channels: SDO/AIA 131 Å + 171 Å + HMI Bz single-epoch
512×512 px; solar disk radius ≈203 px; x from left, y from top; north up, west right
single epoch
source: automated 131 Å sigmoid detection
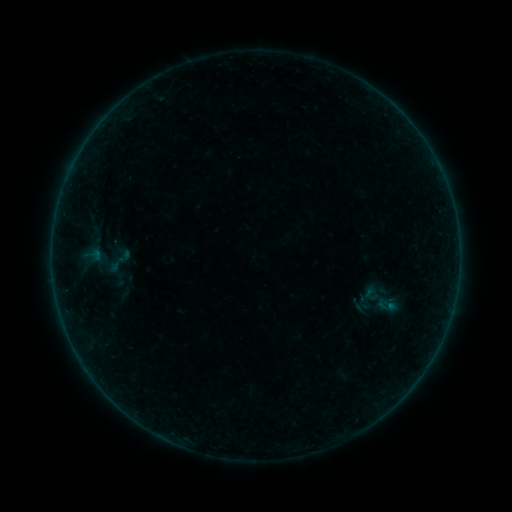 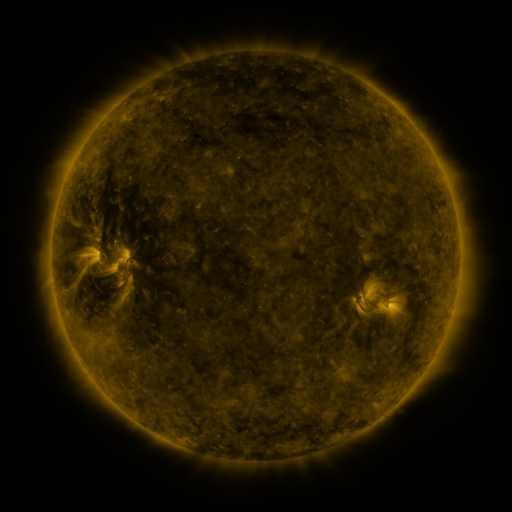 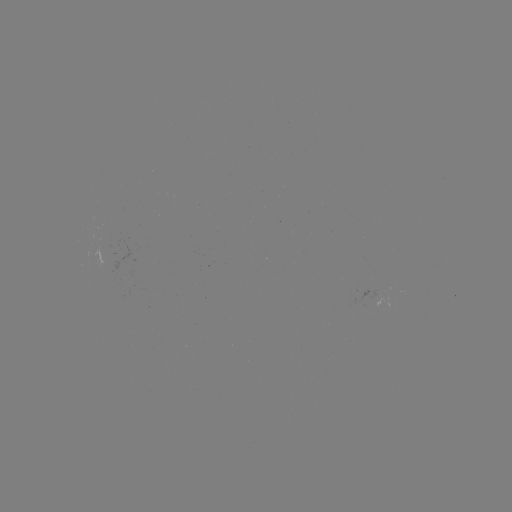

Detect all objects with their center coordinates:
sigmoid: (387, 304)
